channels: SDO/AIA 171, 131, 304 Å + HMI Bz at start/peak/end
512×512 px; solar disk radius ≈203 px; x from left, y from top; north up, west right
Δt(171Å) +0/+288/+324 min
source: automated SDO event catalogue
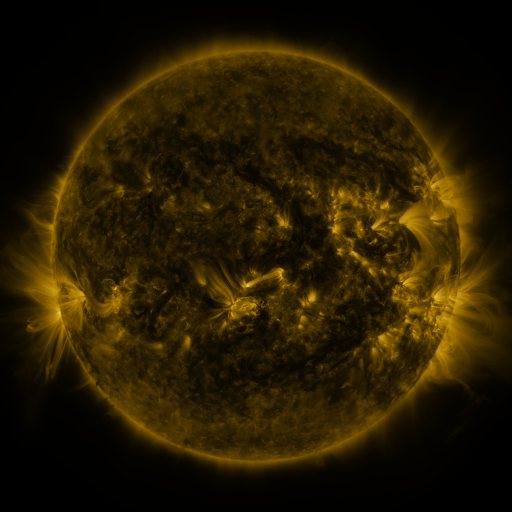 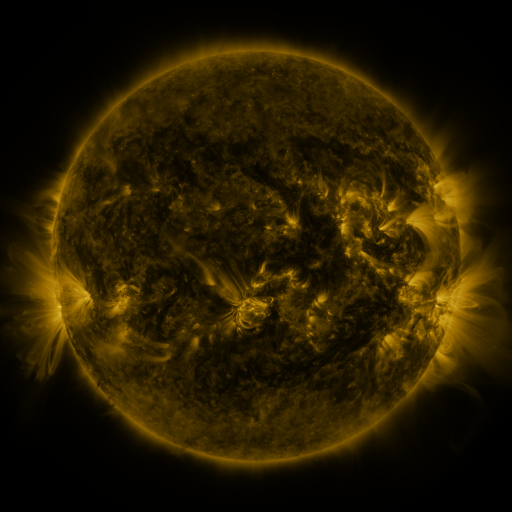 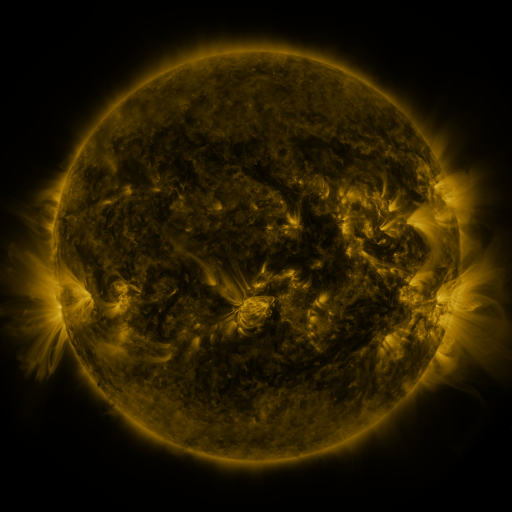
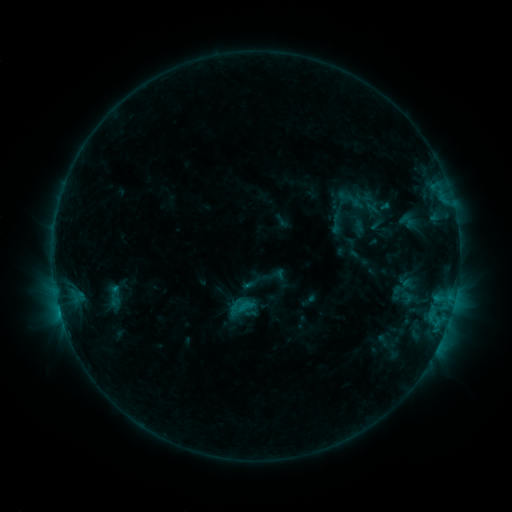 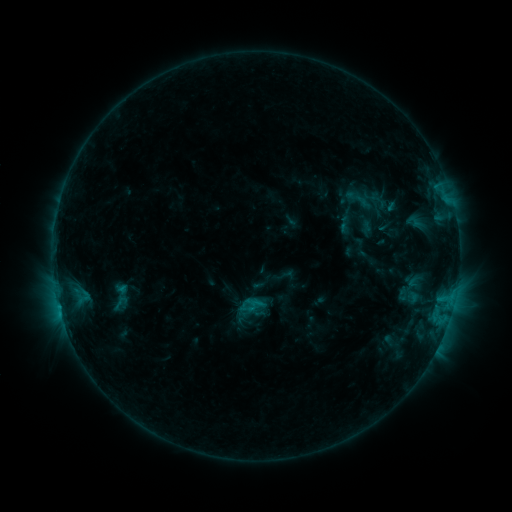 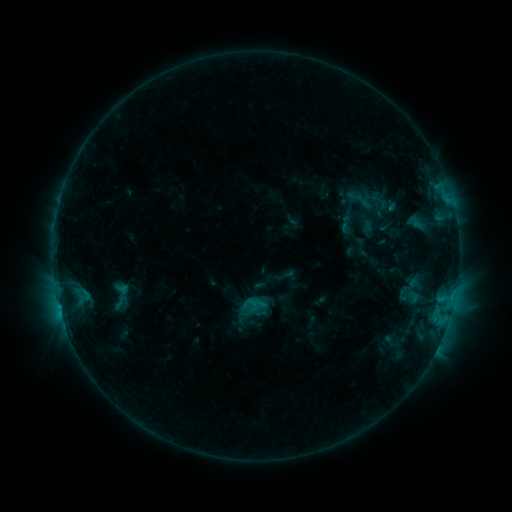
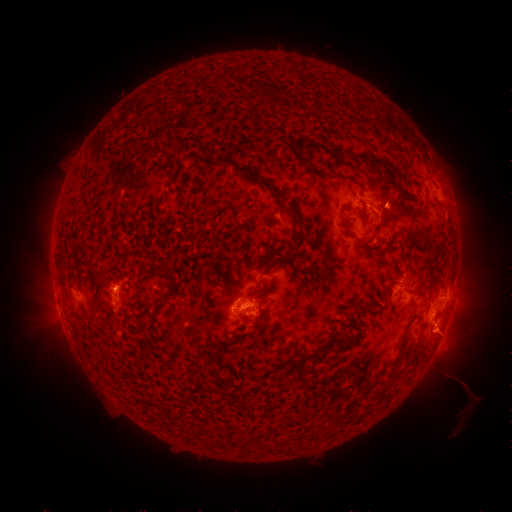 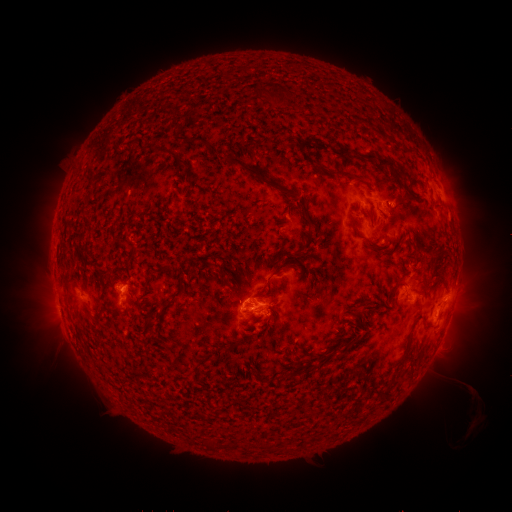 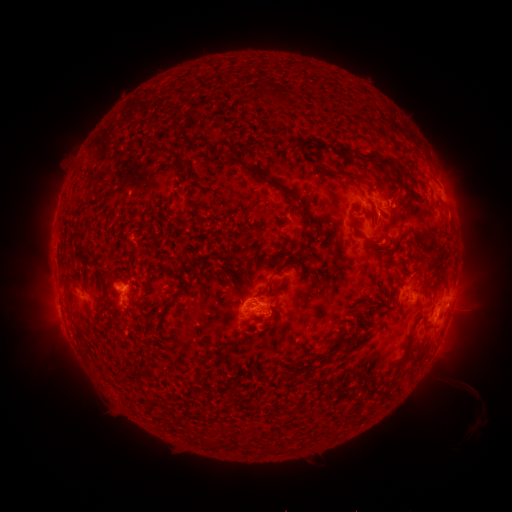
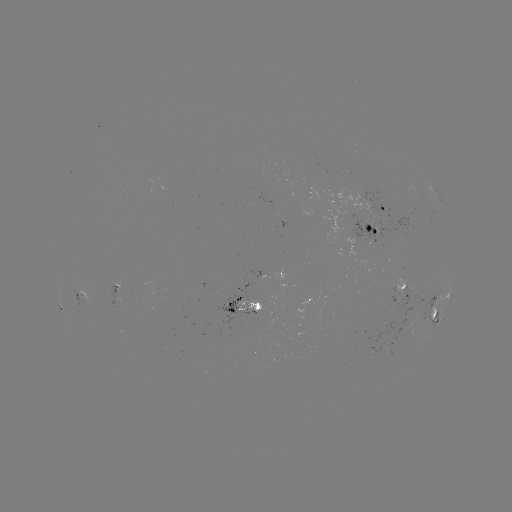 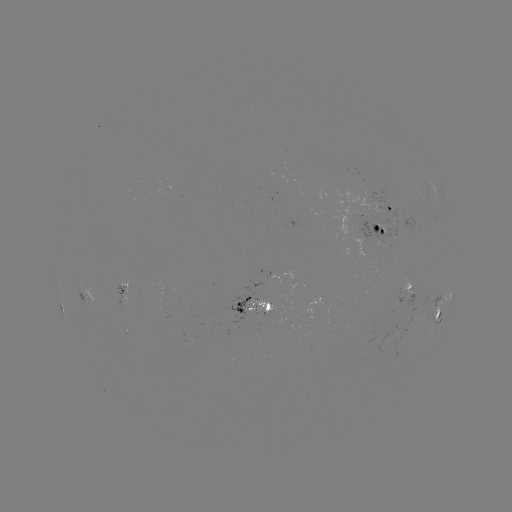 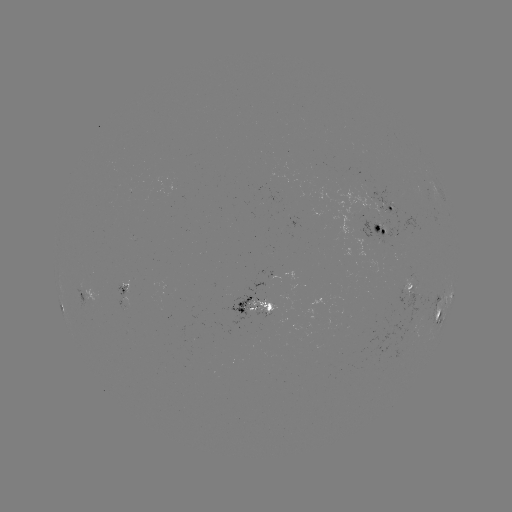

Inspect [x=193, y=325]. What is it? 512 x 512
emerging-flux region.